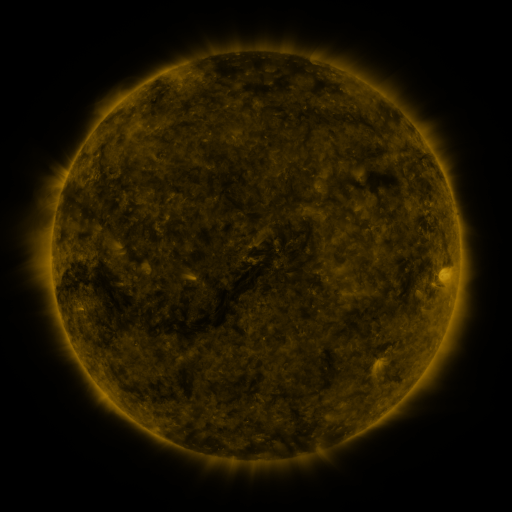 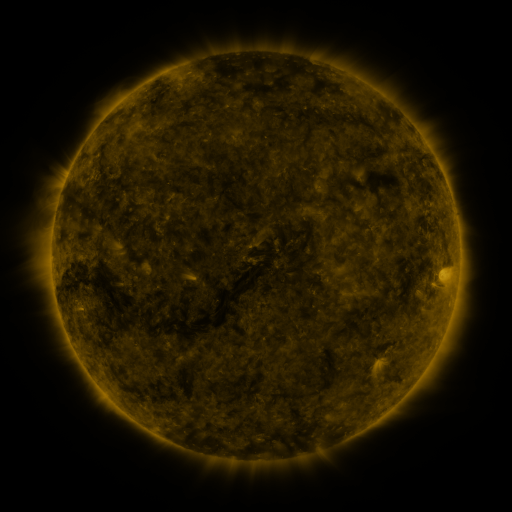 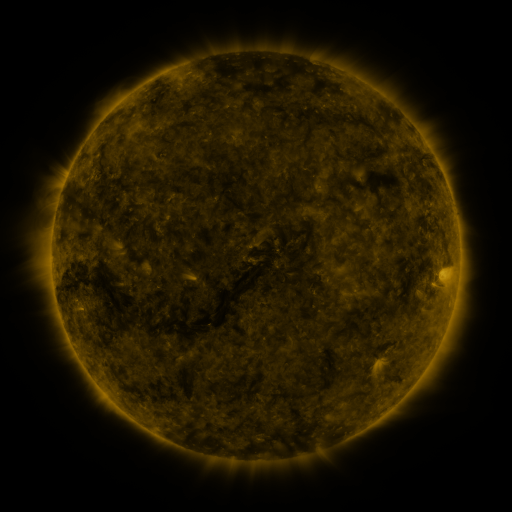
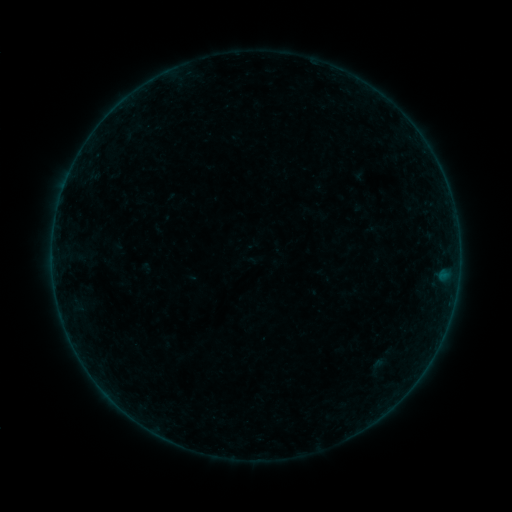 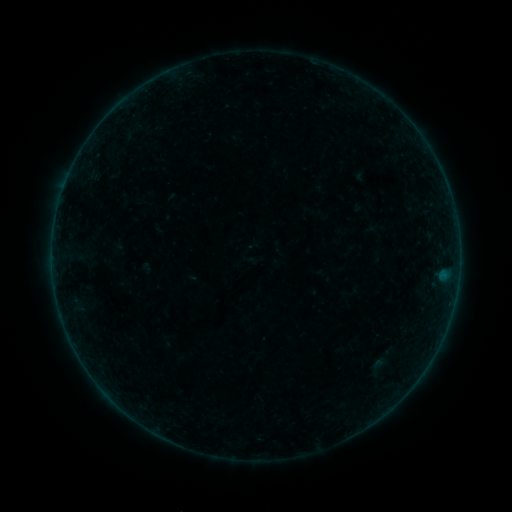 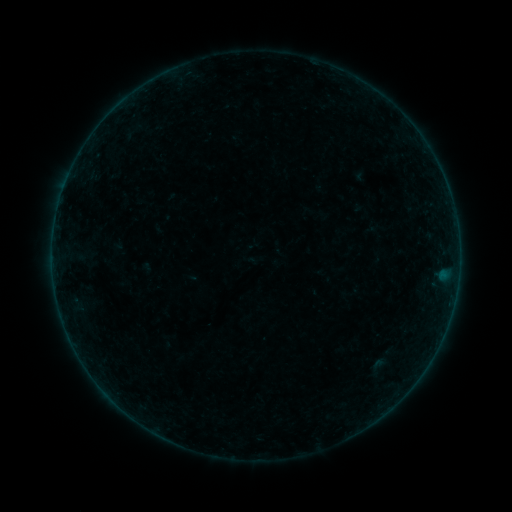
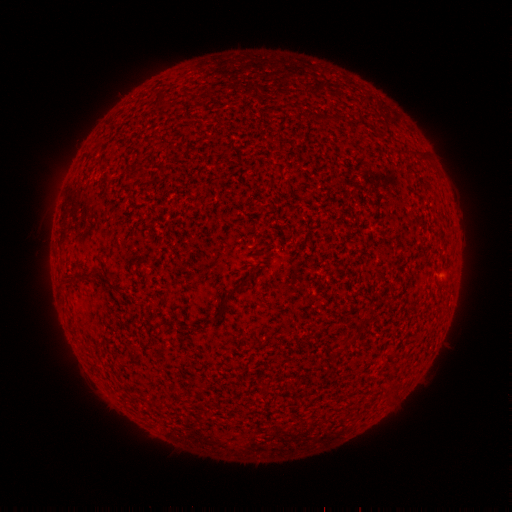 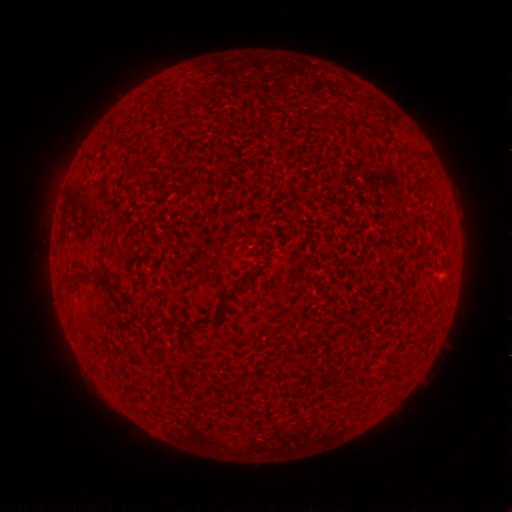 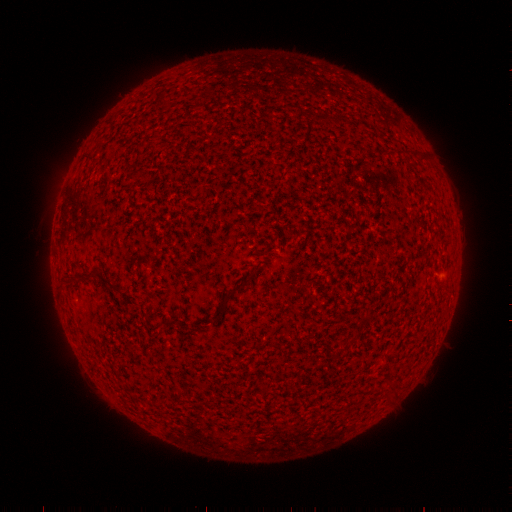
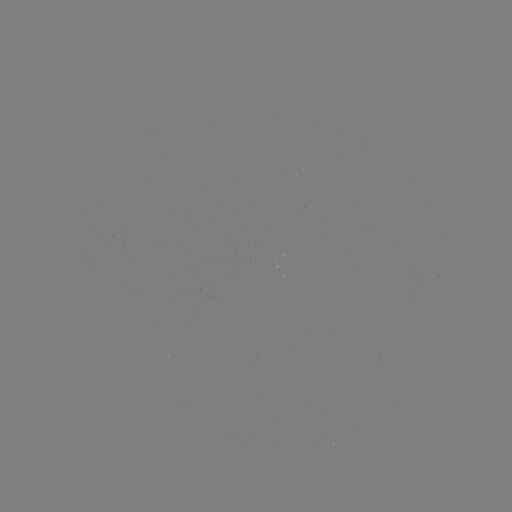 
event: flare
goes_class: B1.9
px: (446, 272)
